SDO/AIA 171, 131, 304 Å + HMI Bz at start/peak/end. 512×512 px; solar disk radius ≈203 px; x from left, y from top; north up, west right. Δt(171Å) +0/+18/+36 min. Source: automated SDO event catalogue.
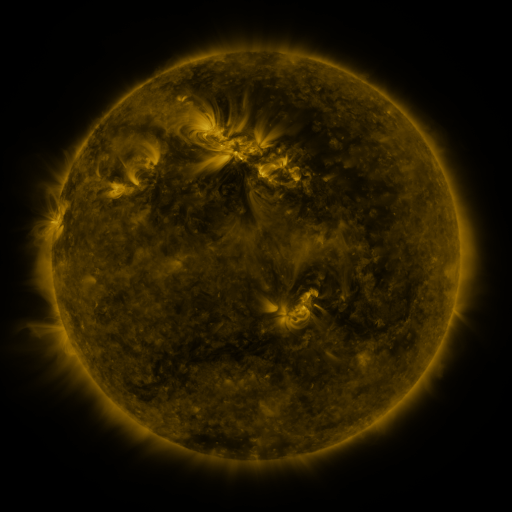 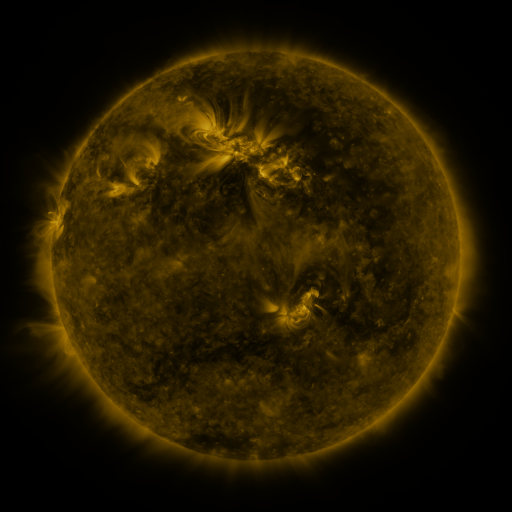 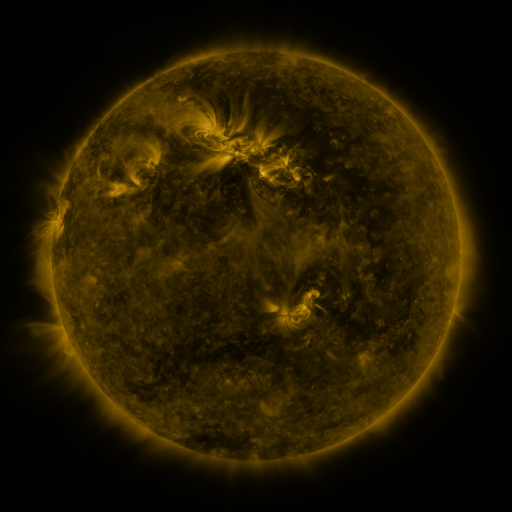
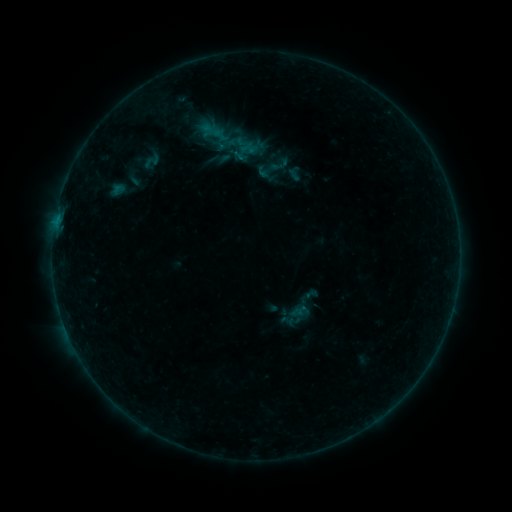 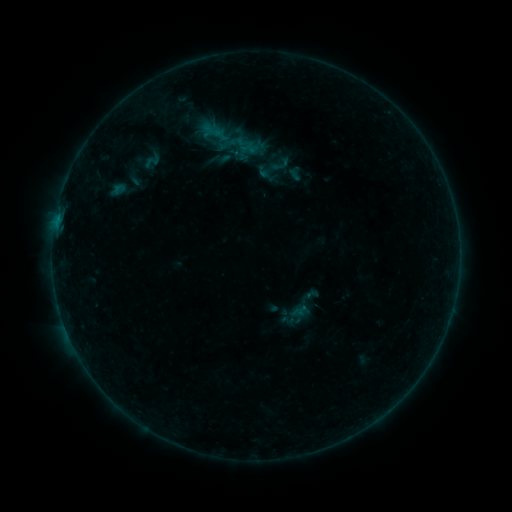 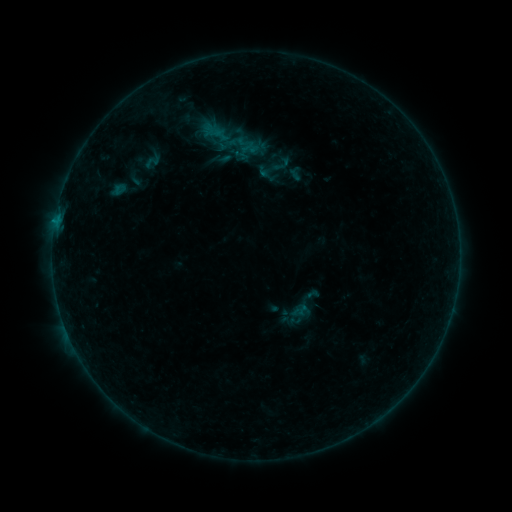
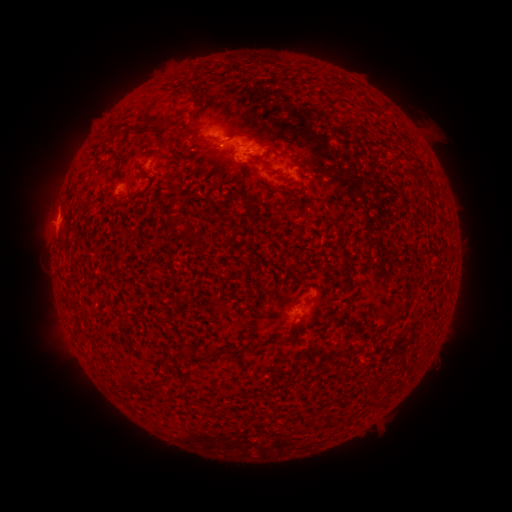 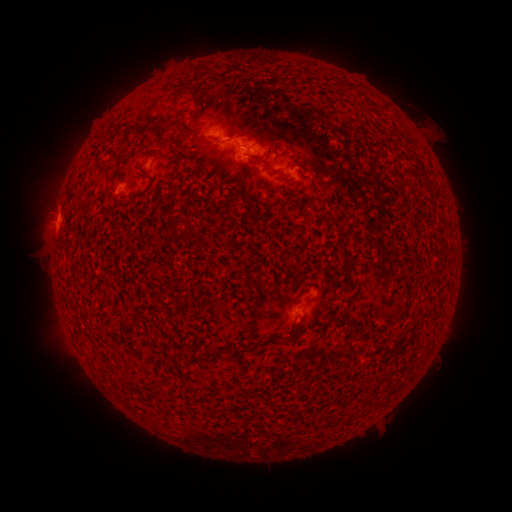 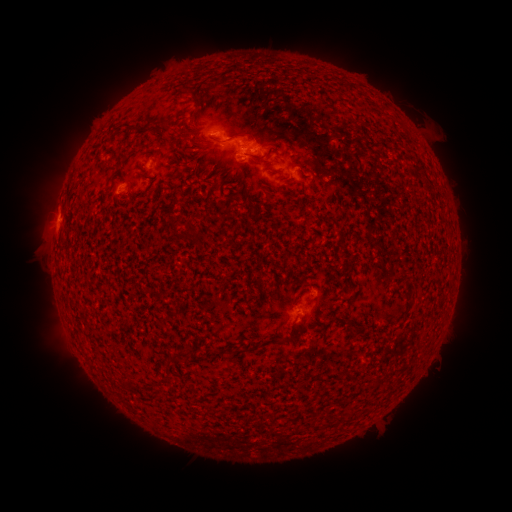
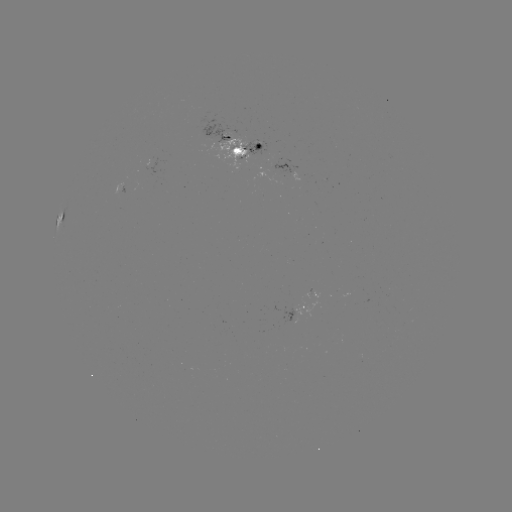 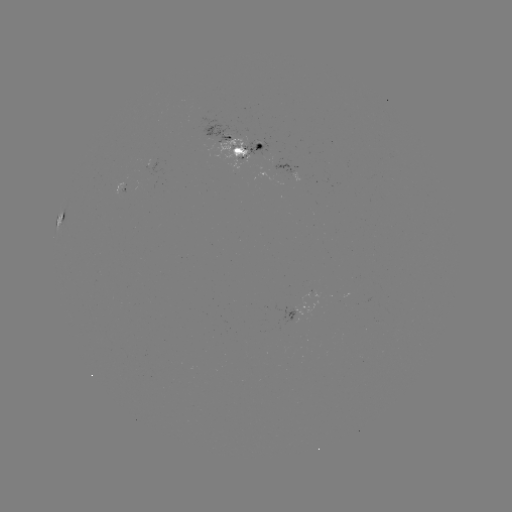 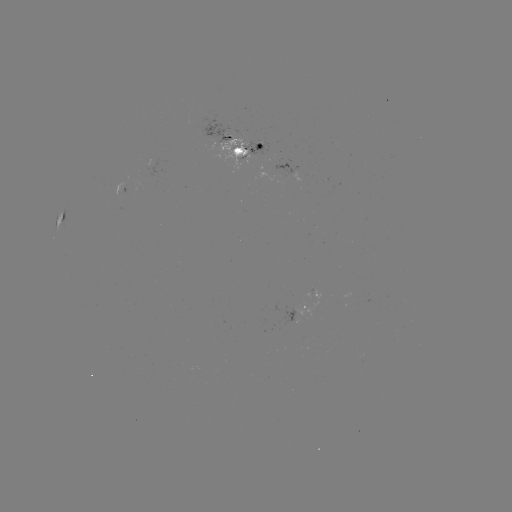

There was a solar emerging-flux region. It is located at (255, 149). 